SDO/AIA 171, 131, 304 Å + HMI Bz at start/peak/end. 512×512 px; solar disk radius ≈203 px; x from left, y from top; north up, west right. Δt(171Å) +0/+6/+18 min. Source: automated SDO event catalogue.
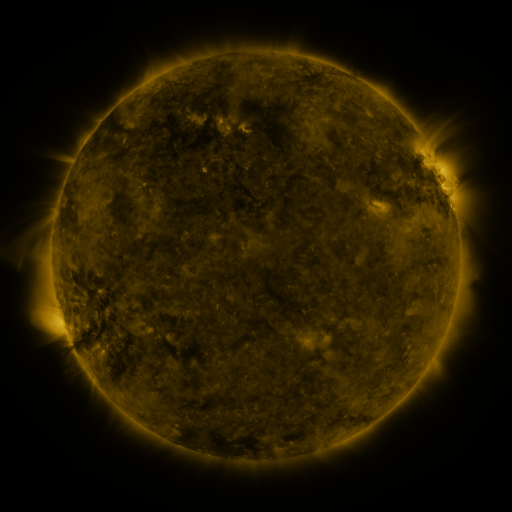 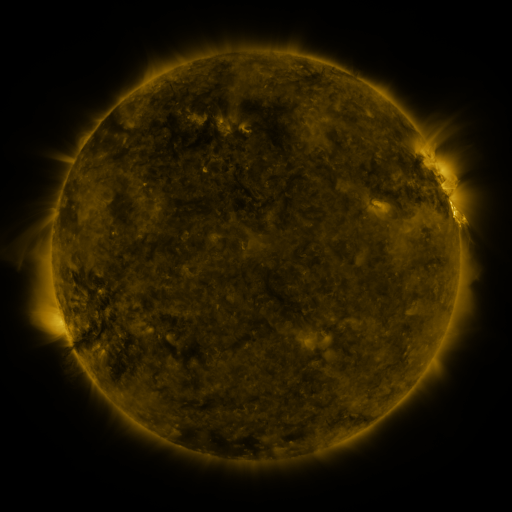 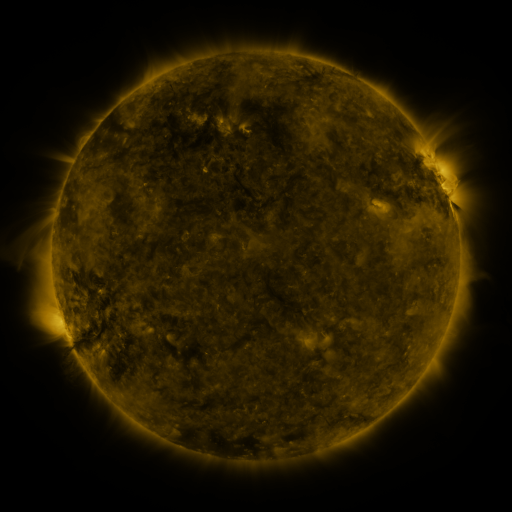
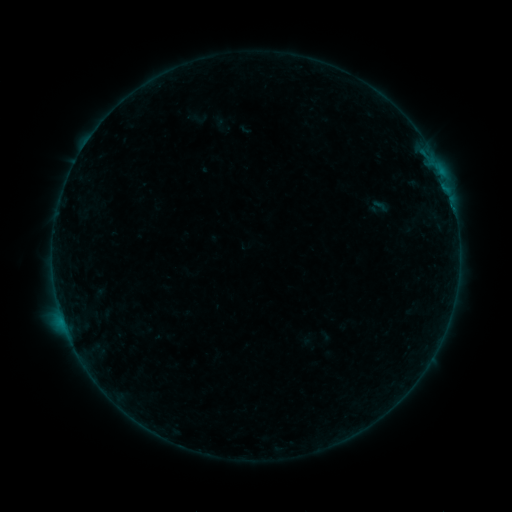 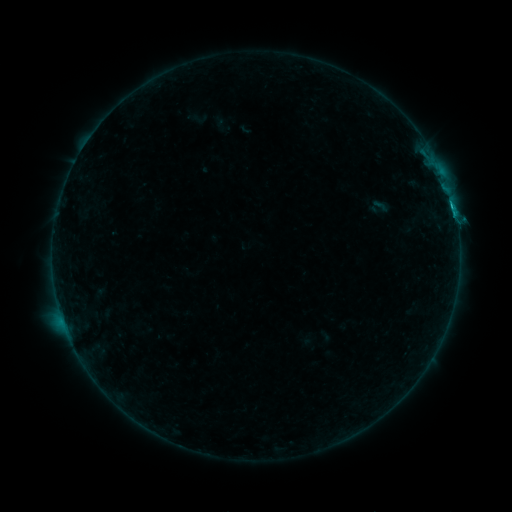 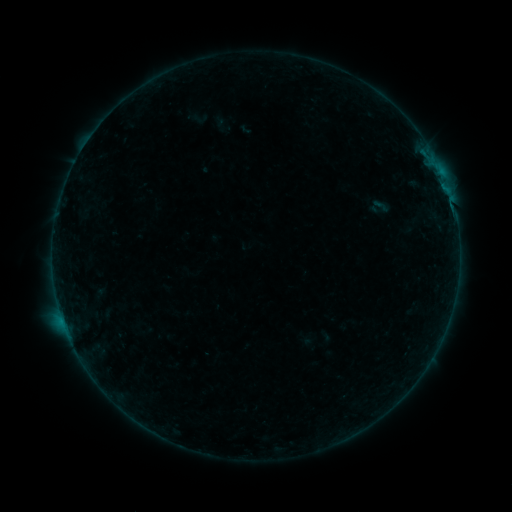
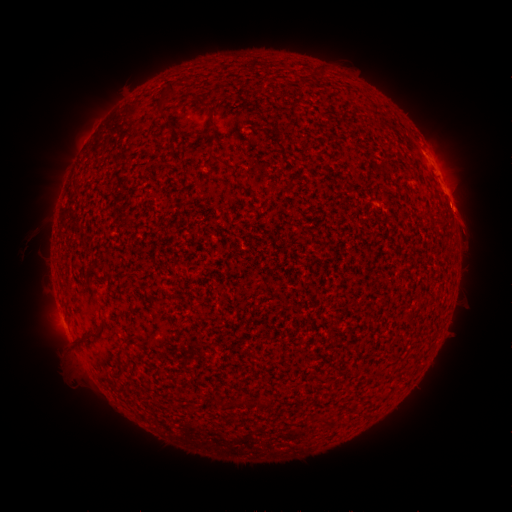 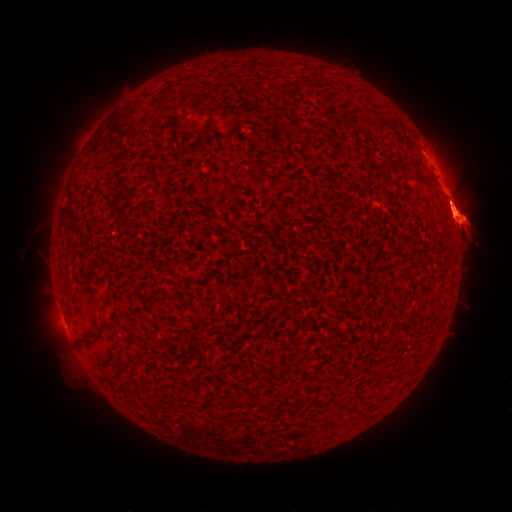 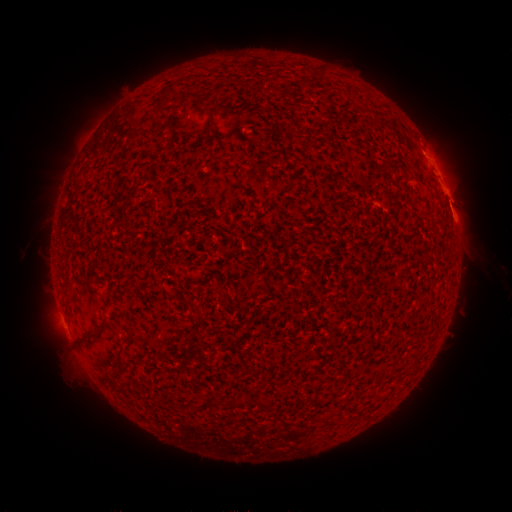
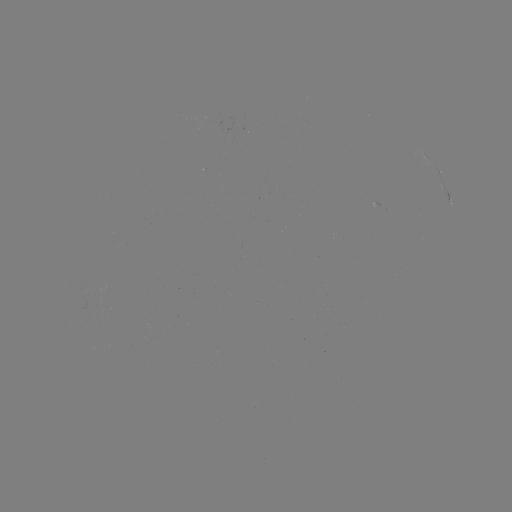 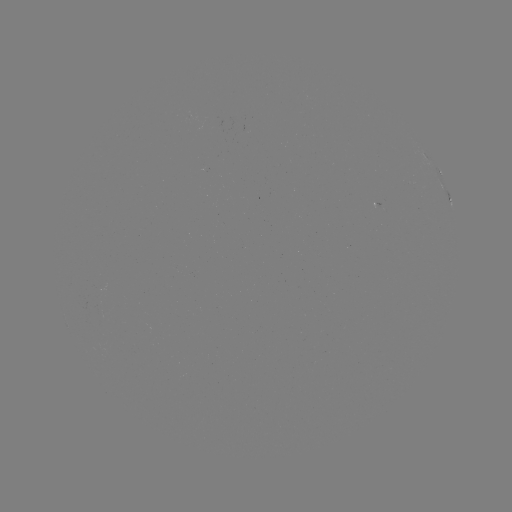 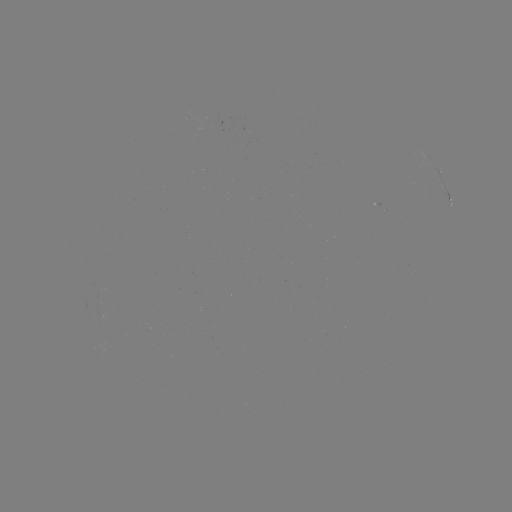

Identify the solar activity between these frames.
eruption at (465, 221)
